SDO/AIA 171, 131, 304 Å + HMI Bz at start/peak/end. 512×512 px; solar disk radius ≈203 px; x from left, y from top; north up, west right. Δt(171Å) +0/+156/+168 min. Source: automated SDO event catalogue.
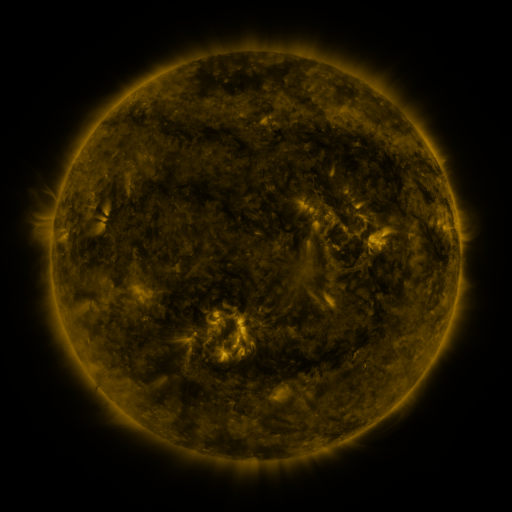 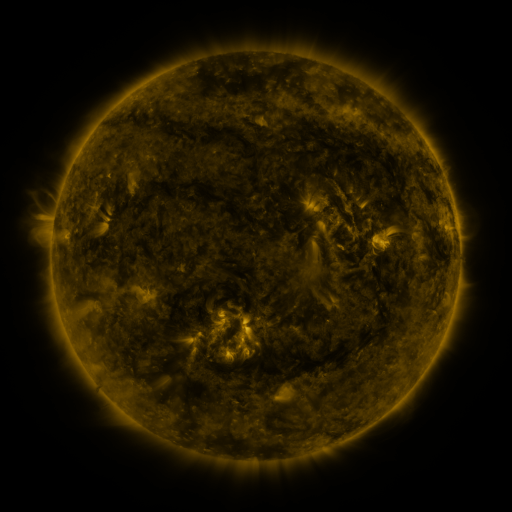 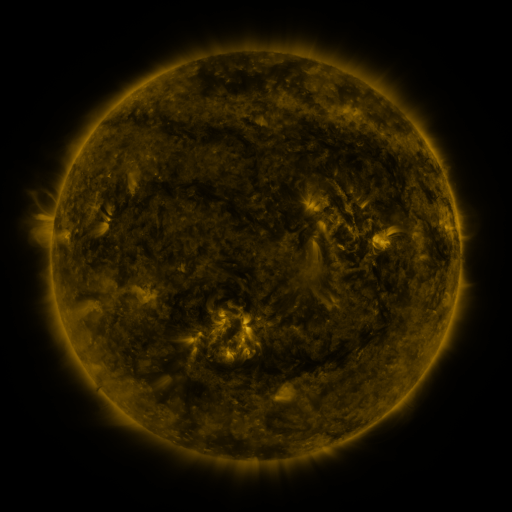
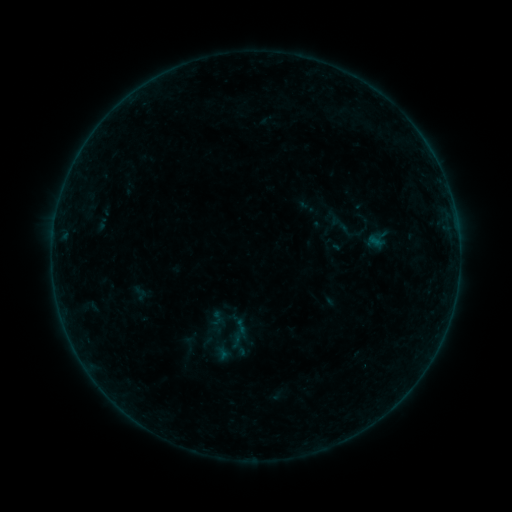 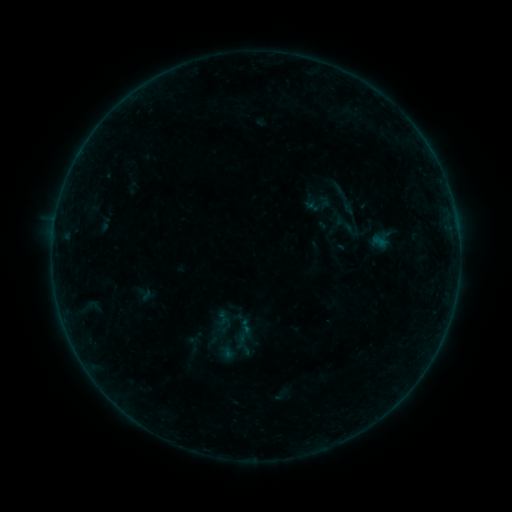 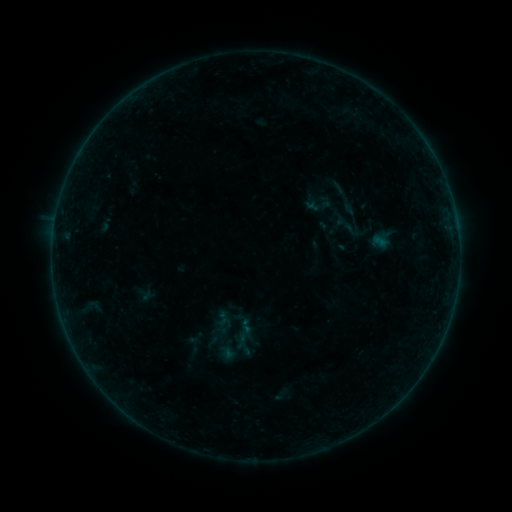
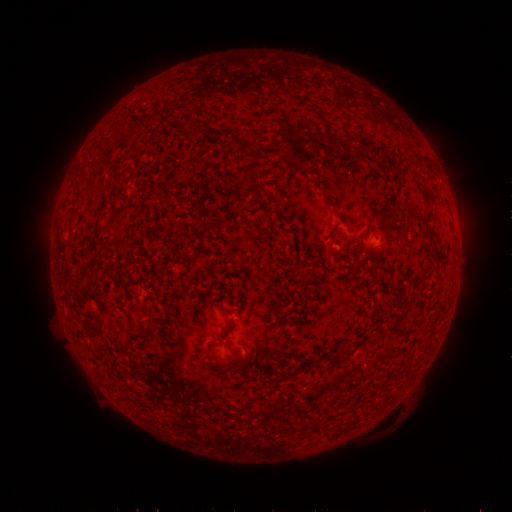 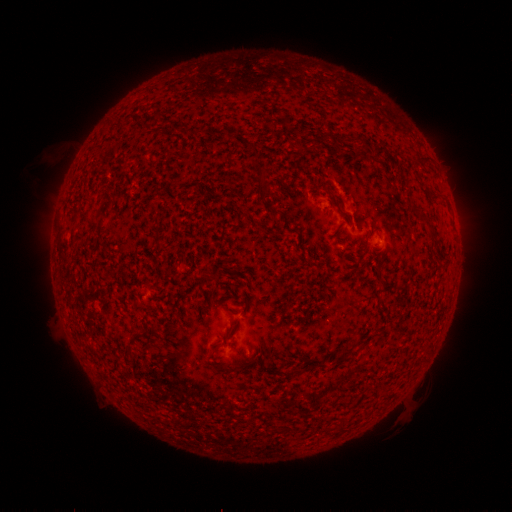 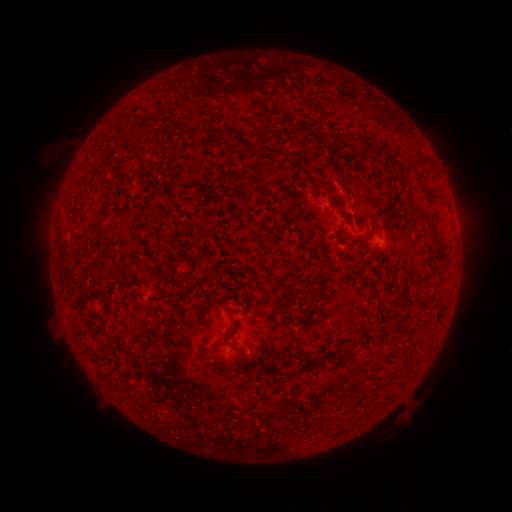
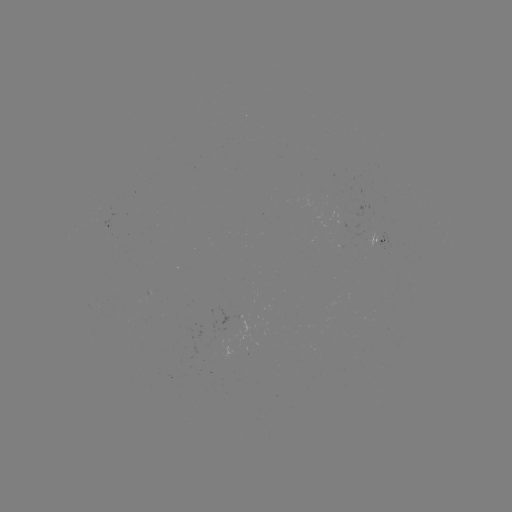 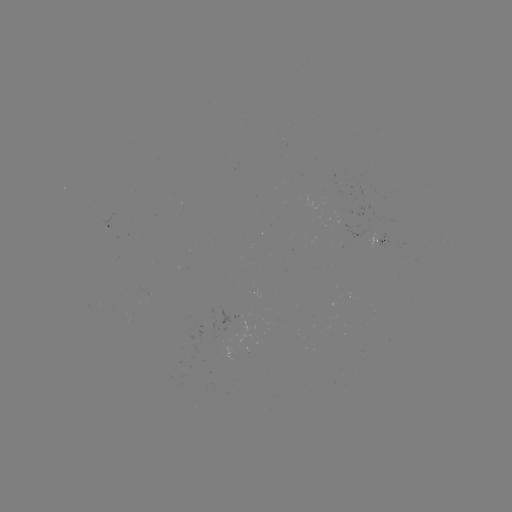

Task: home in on emerging-flux region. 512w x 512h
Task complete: [371, 234].